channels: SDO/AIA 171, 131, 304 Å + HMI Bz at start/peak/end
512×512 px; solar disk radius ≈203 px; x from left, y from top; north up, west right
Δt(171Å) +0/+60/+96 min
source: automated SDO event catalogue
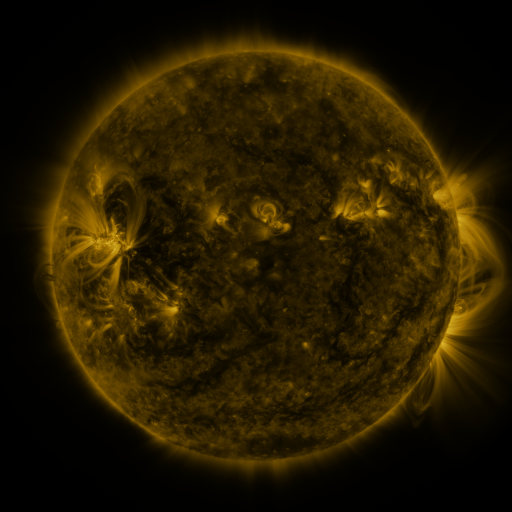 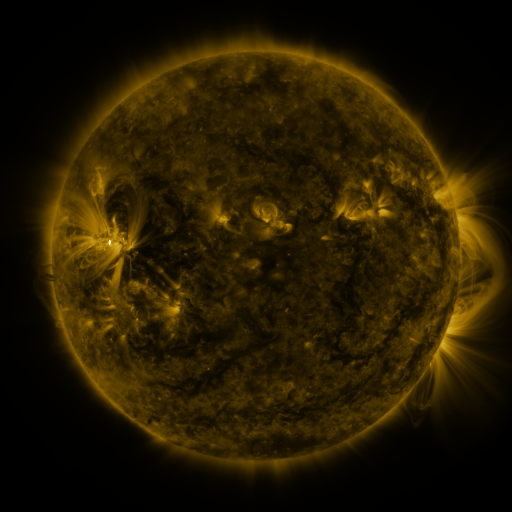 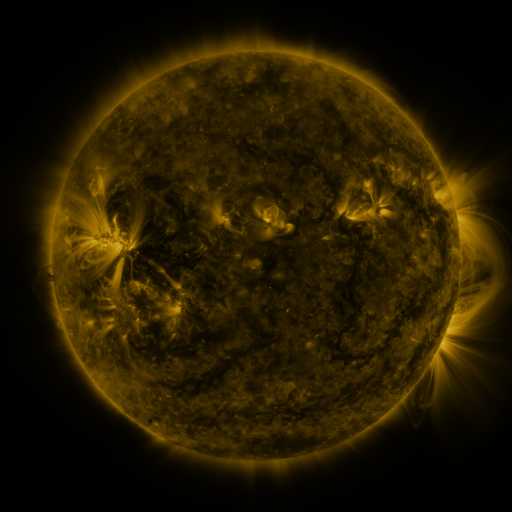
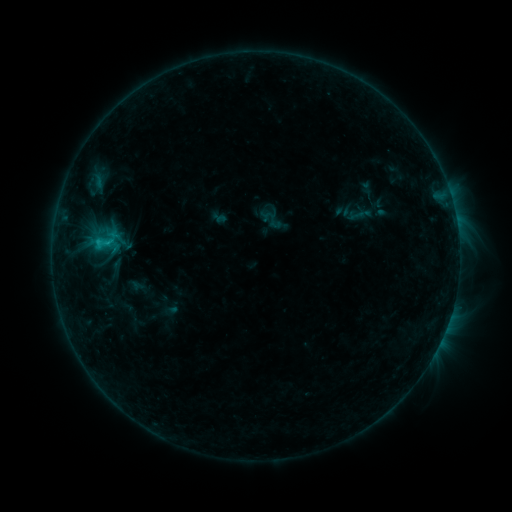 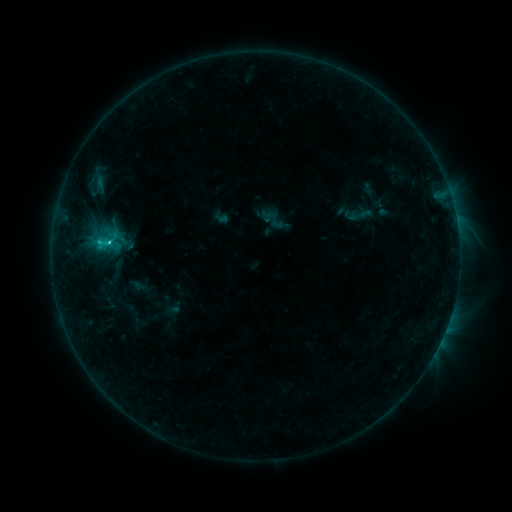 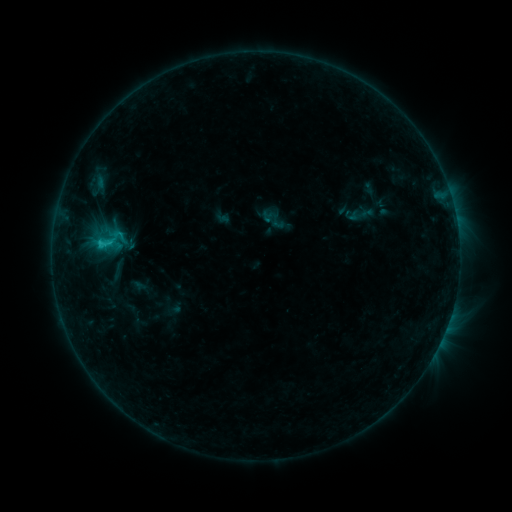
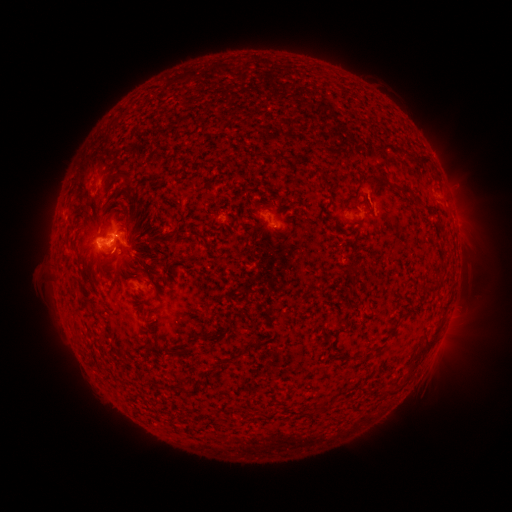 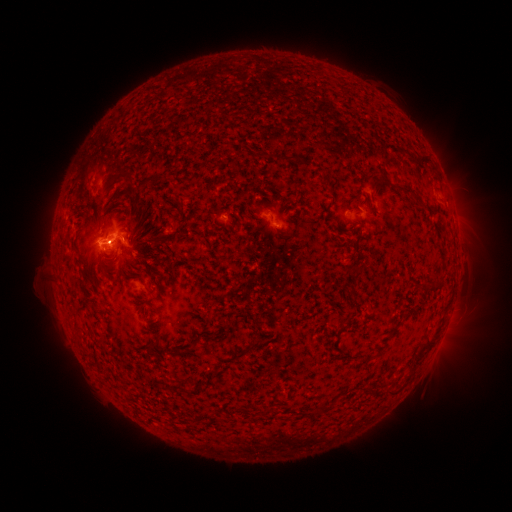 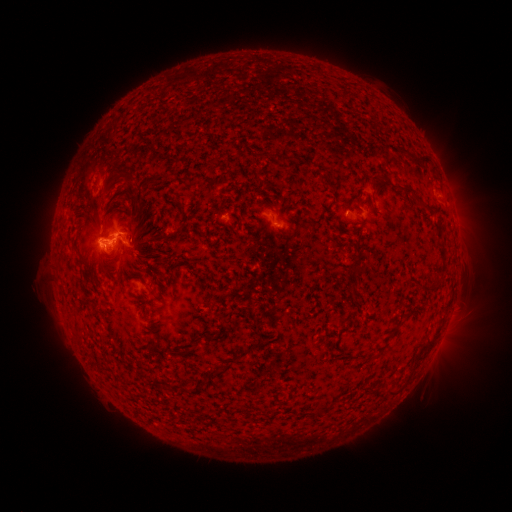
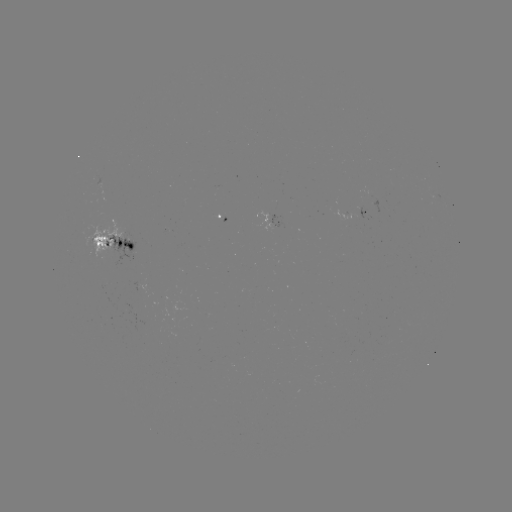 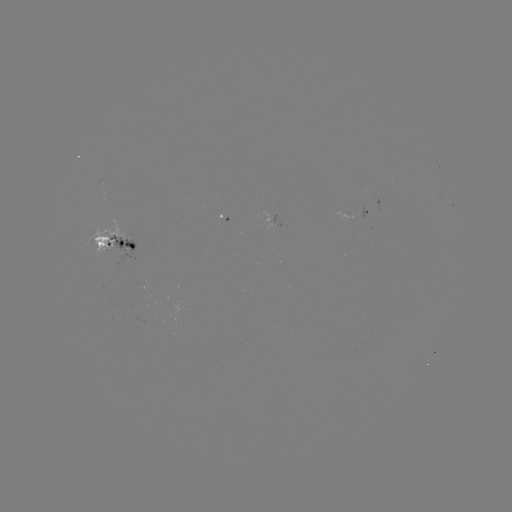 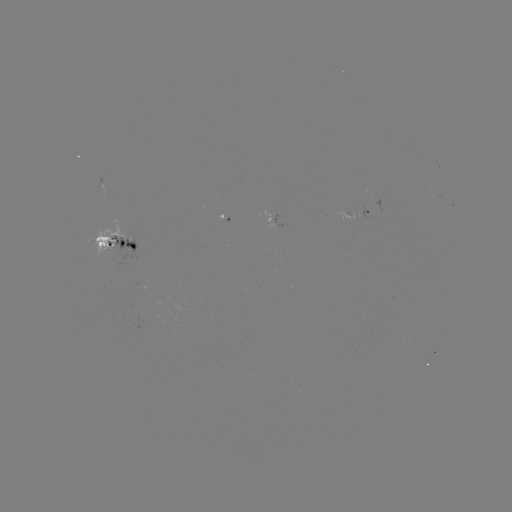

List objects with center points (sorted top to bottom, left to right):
emerging-flux region: (374, 195)
